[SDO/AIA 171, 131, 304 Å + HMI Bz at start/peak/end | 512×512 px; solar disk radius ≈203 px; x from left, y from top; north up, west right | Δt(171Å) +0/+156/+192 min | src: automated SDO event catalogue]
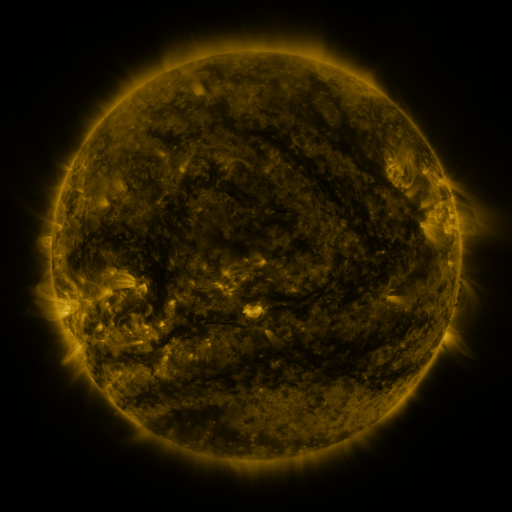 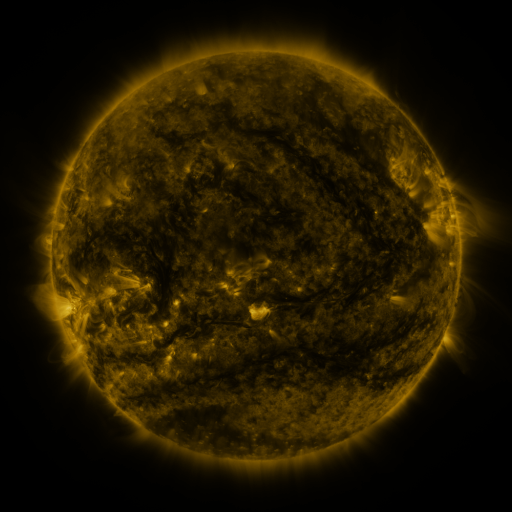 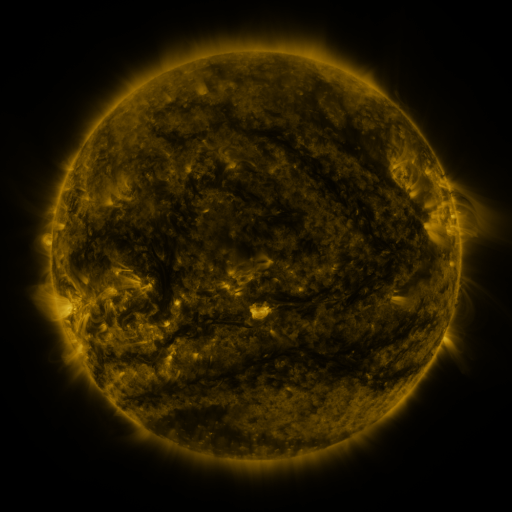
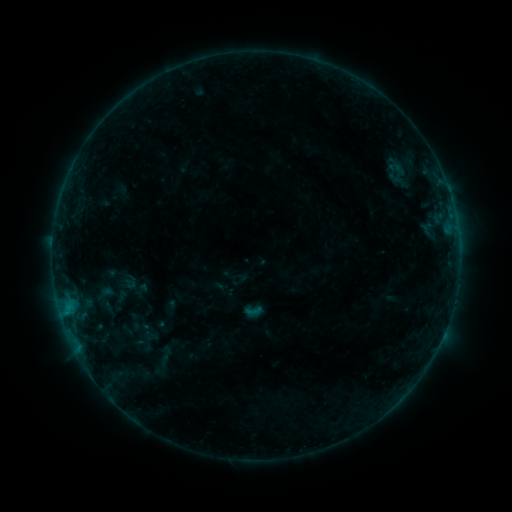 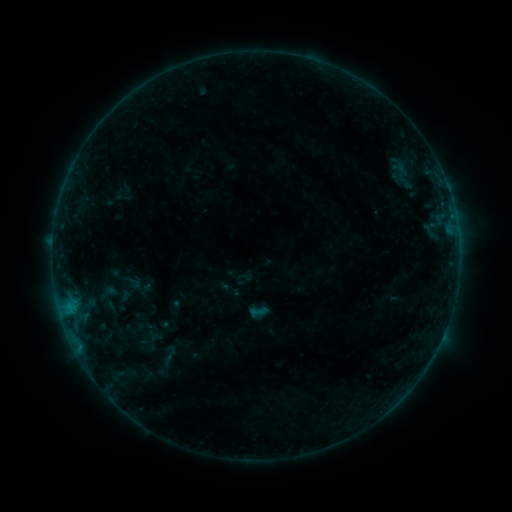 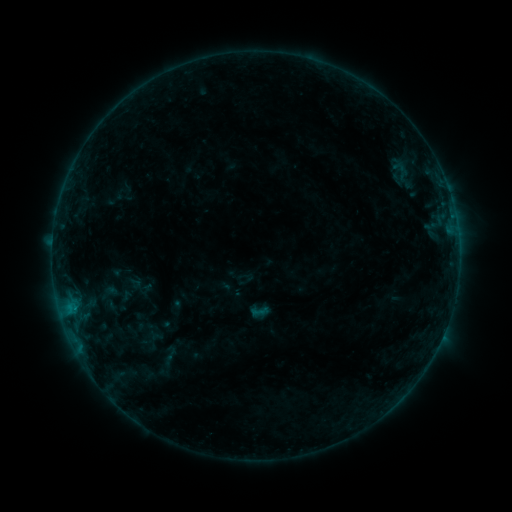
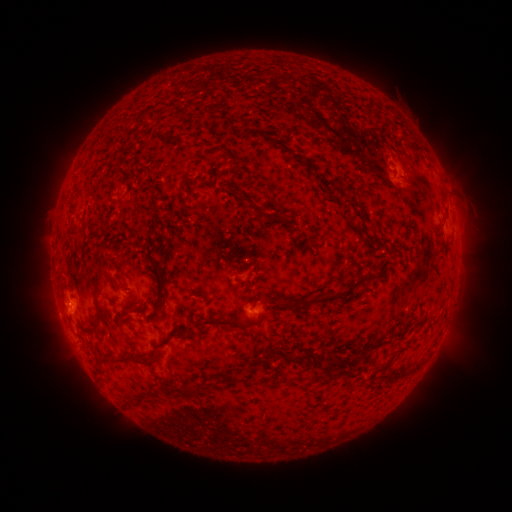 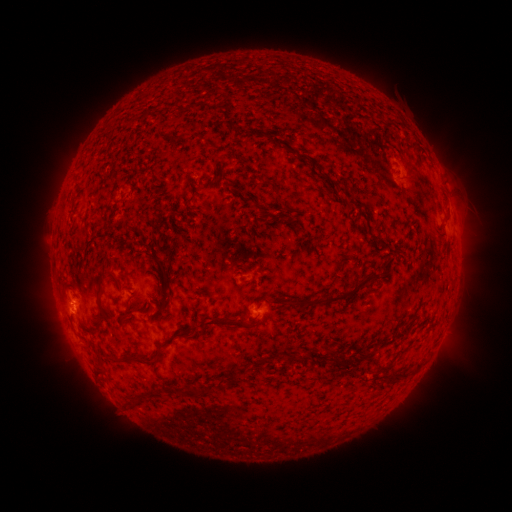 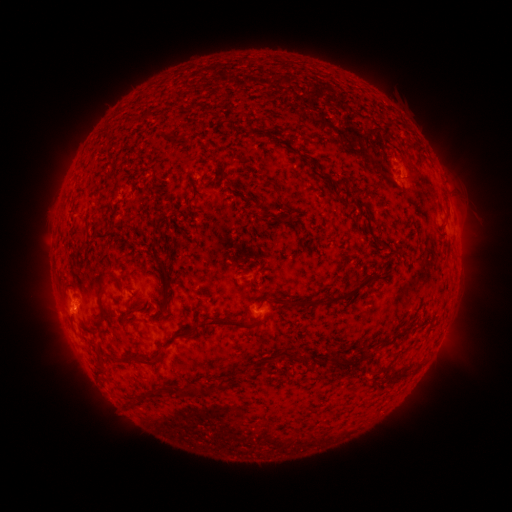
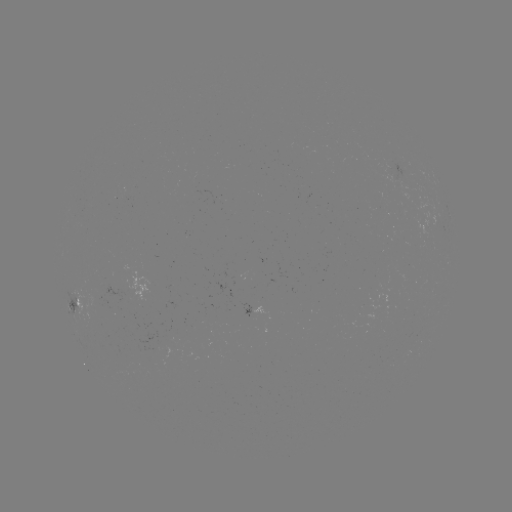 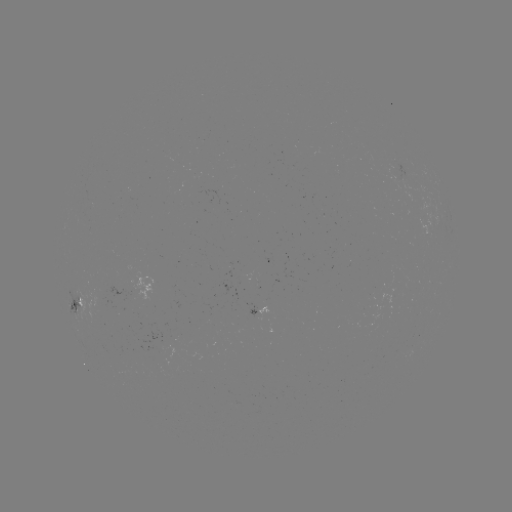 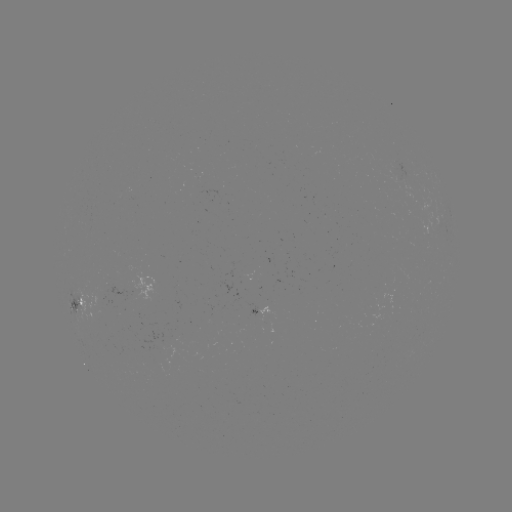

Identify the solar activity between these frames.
emerging-flux region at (98, 302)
